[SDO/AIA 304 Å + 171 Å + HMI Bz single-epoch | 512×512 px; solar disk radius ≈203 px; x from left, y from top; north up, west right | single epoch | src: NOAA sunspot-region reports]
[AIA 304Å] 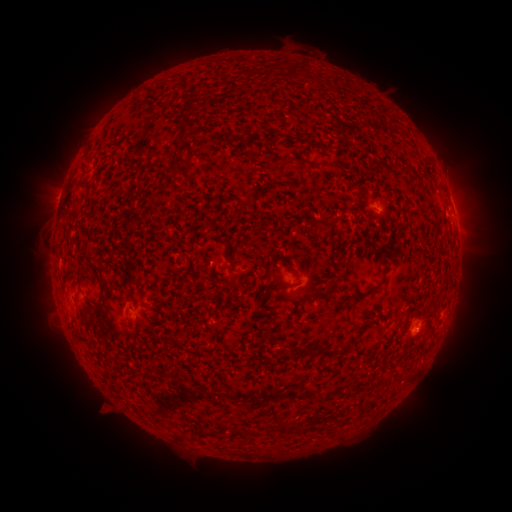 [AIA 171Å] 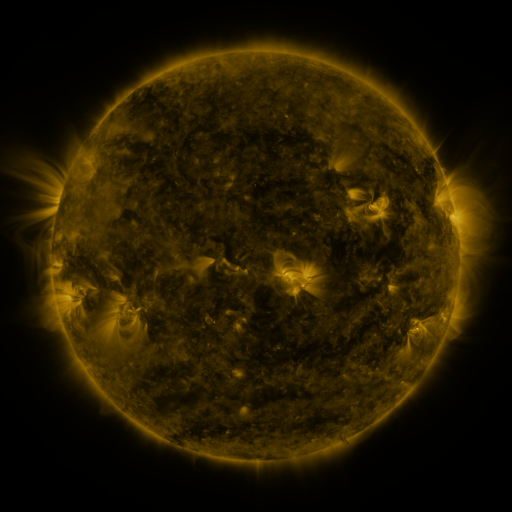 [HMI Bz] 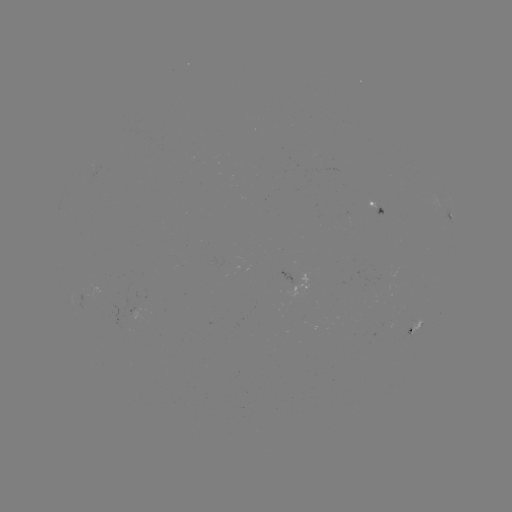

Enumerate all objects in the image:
spotted active region: (452, 205)
spotted active region: (380, 208)
spotted active region: (452, 216)
spotted active region: (414, 329)
